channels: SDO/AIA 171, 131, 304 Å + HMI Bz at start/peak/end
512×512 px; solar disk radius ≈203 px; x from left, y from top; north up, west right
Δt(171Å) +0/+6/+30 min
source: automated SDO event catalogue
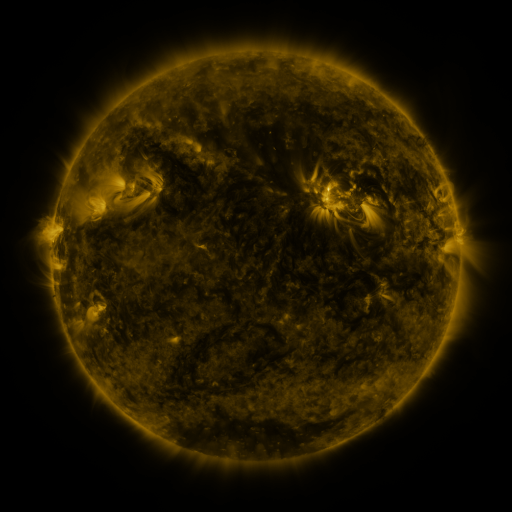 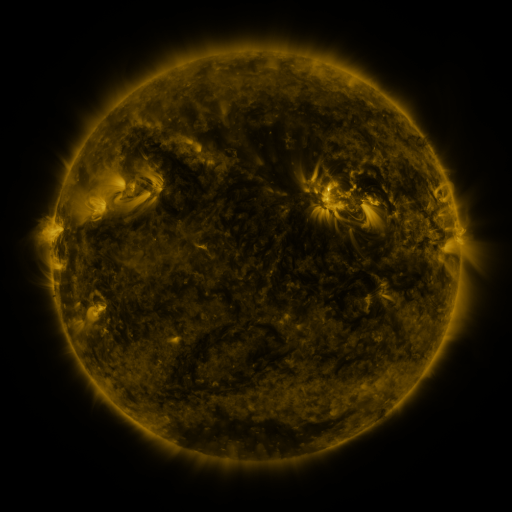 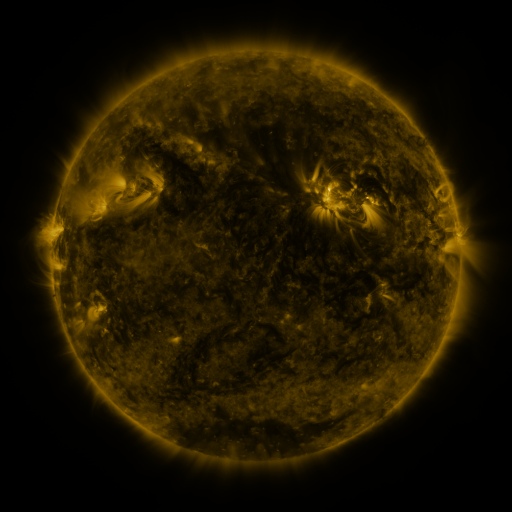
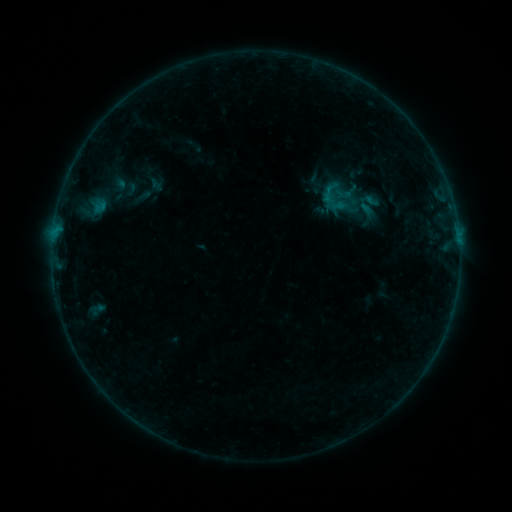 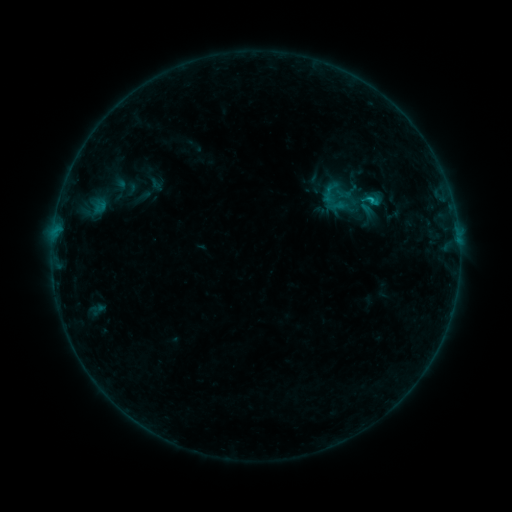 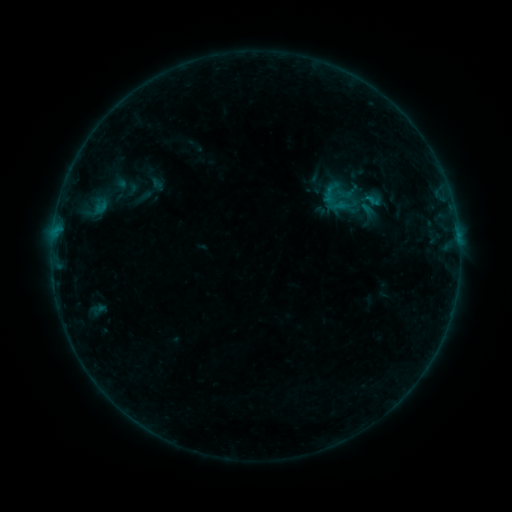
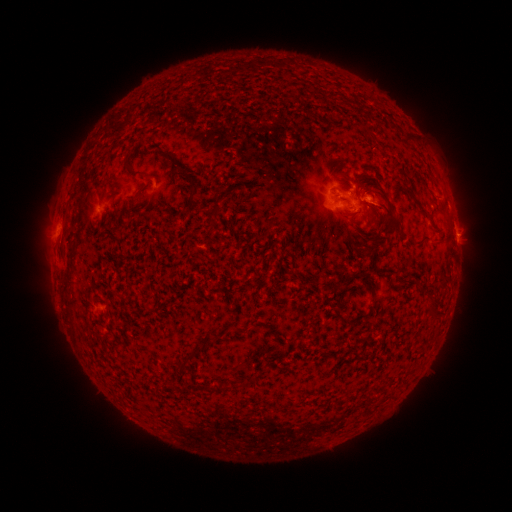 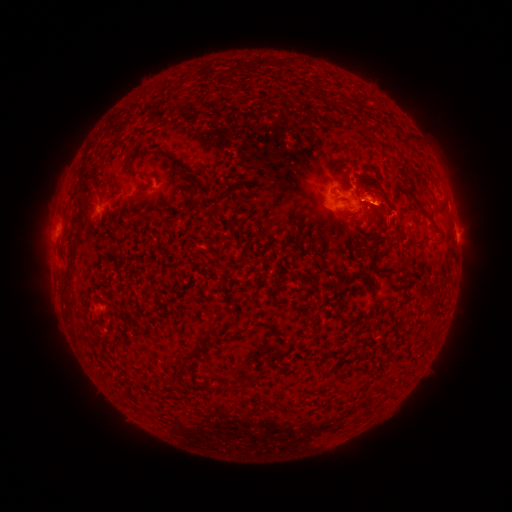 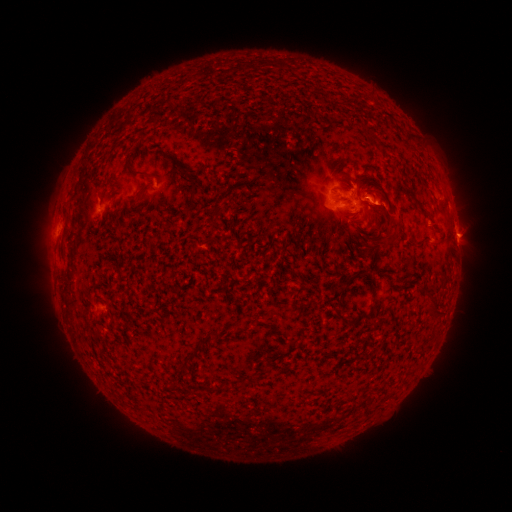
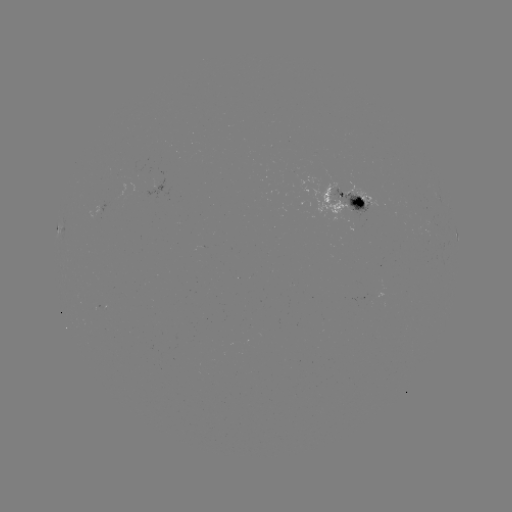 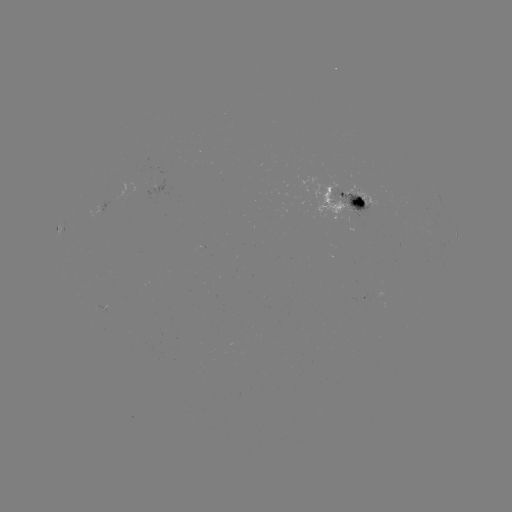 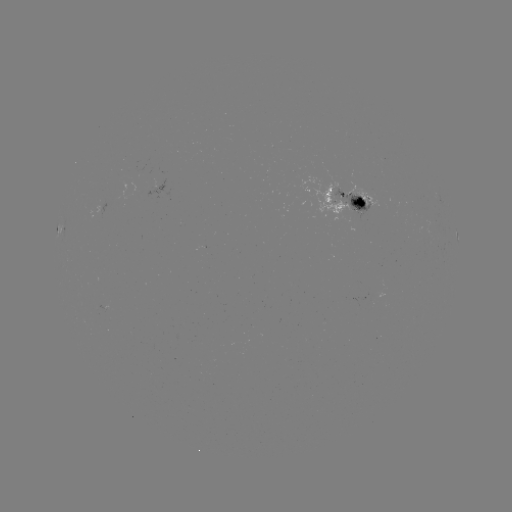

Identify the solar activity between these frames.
B7.0 flare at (370, 201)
